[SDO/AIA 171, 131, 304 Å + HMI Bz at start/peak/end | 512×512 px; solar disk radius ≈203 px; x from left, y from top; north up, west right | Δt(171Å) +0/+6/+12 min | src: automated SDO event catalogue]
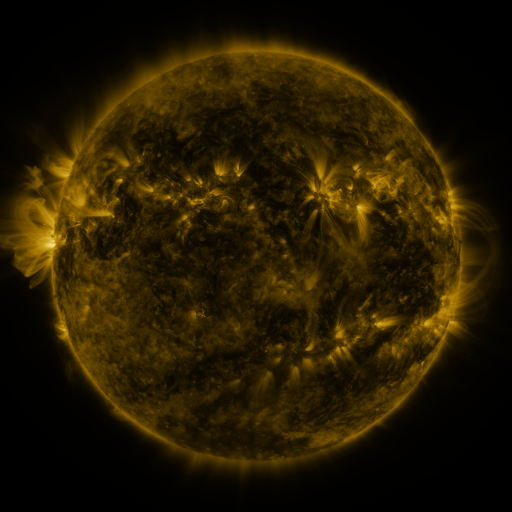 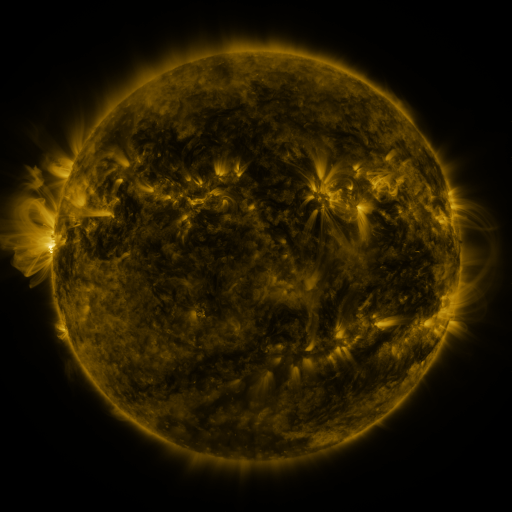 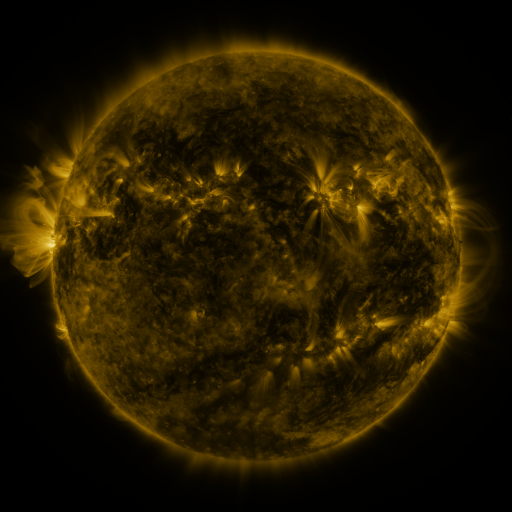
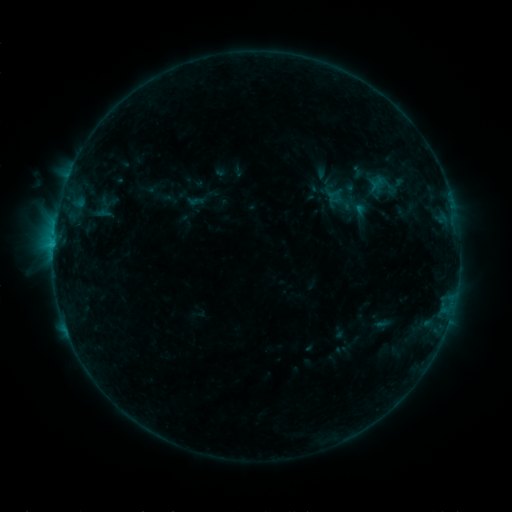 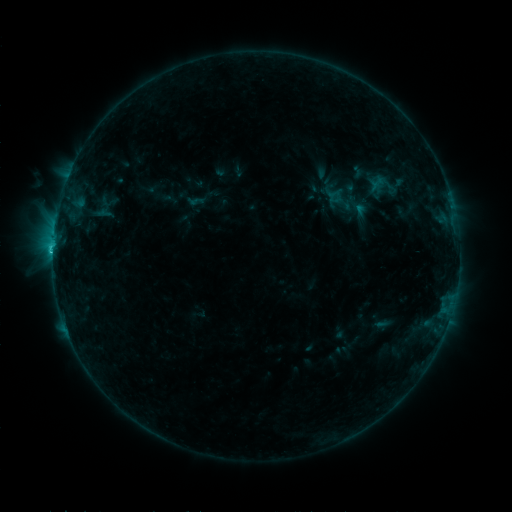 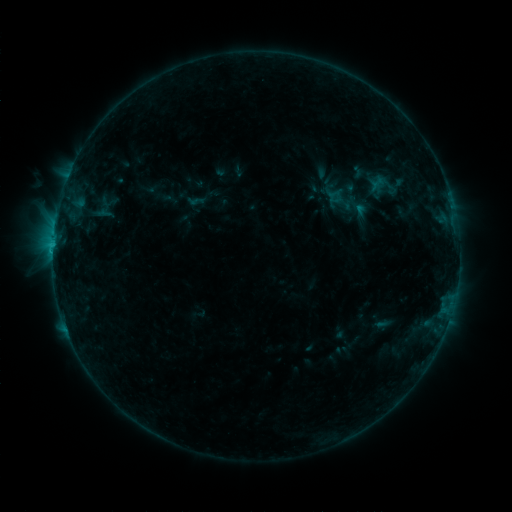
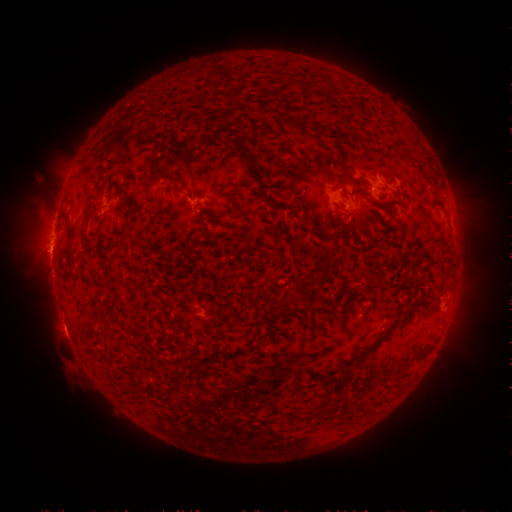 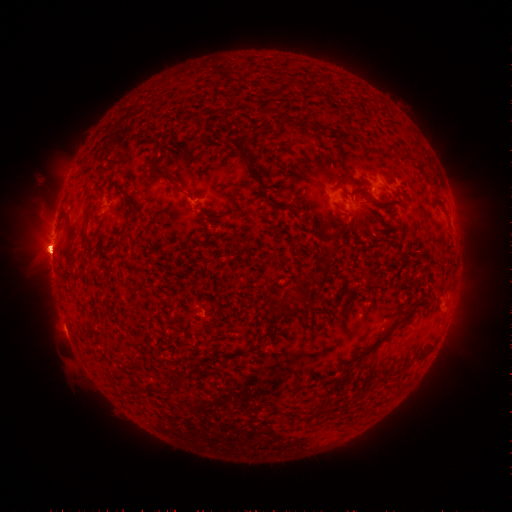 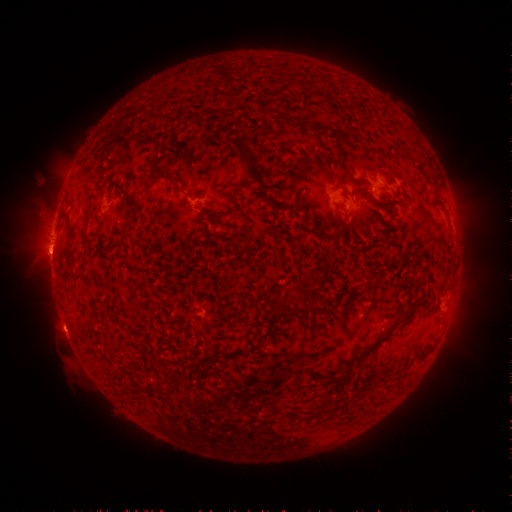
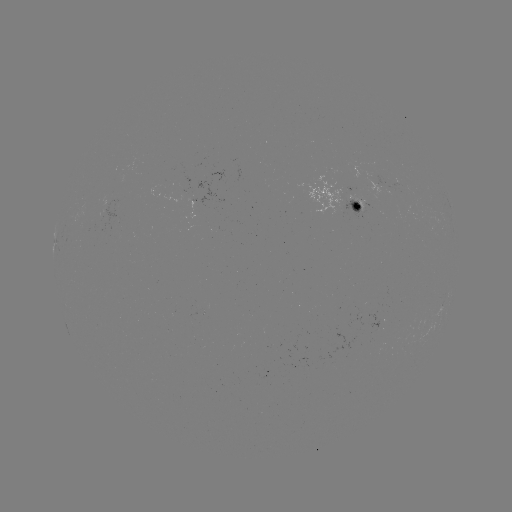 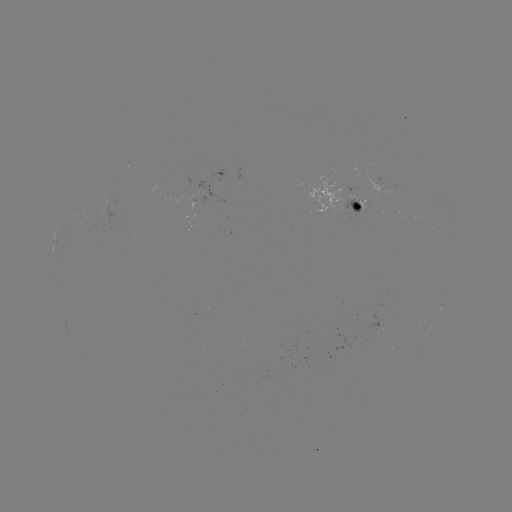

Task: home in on C1.0 flare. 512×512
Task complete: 55,251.